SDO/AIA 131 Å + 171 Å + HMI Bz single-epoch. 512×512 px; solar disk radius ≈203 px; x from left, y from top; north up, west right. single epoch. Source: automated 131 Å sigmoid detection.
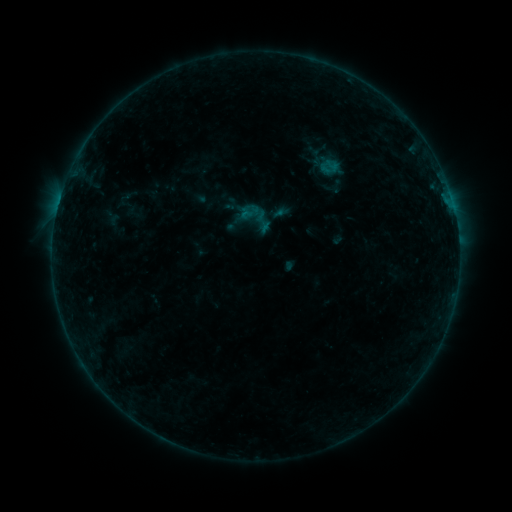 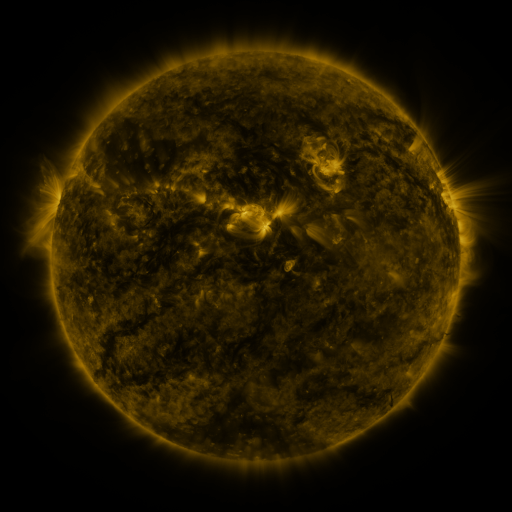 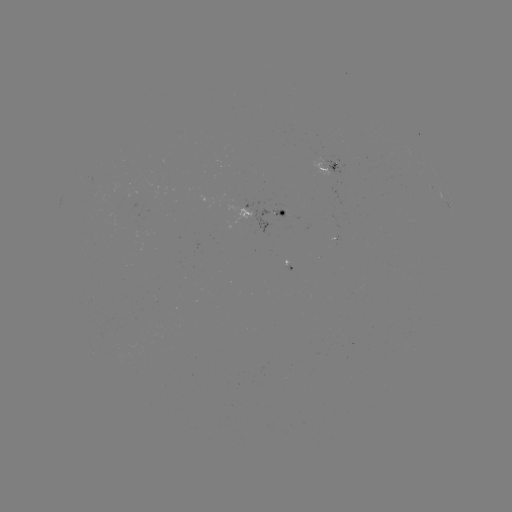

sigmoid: [235, 197, 277, 238]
